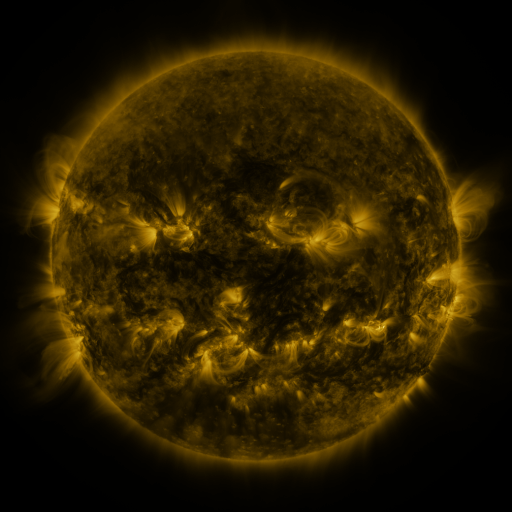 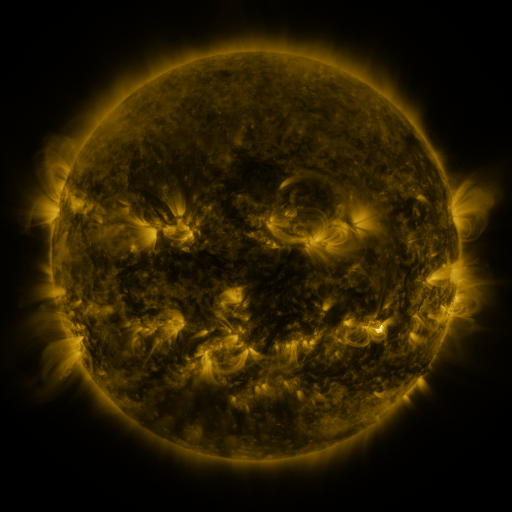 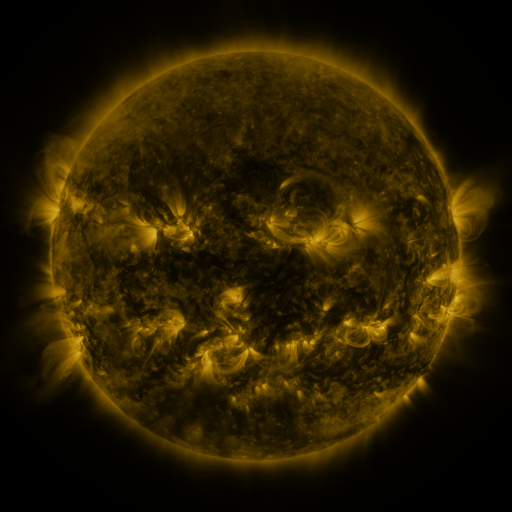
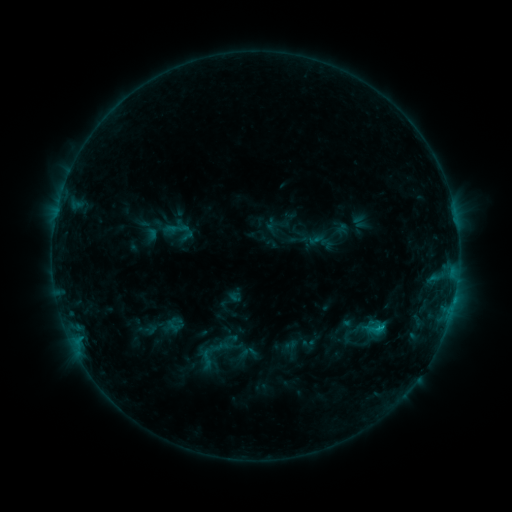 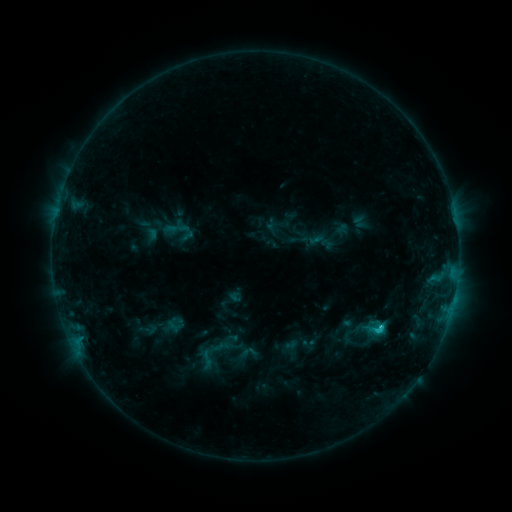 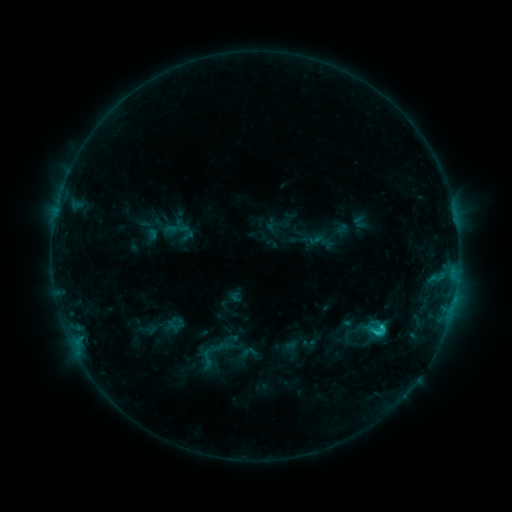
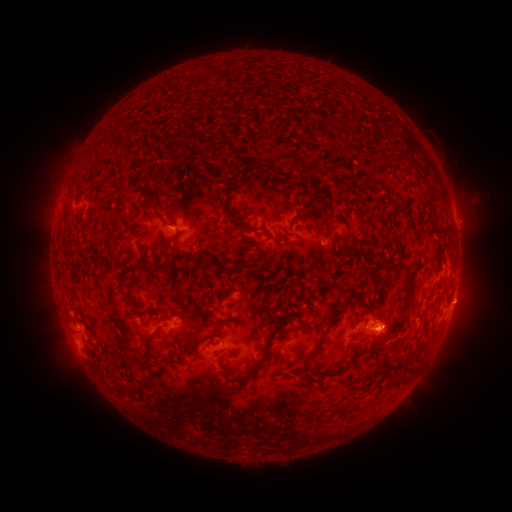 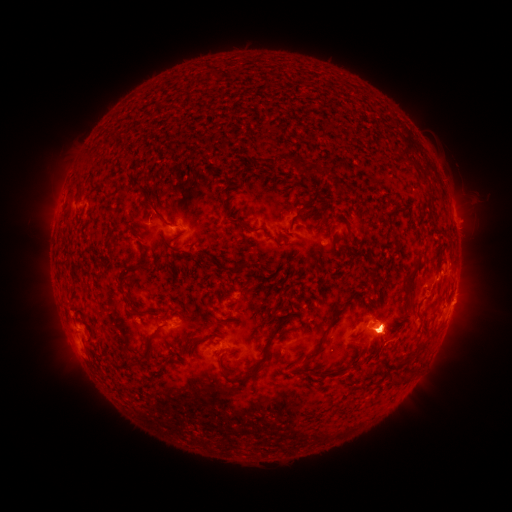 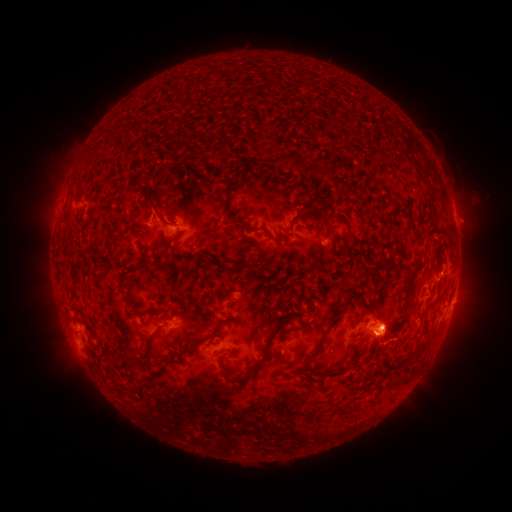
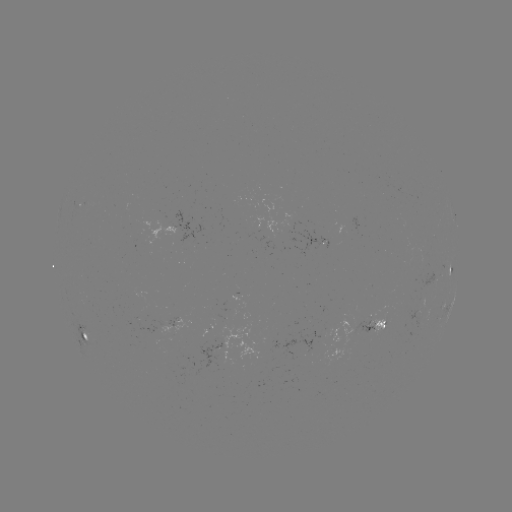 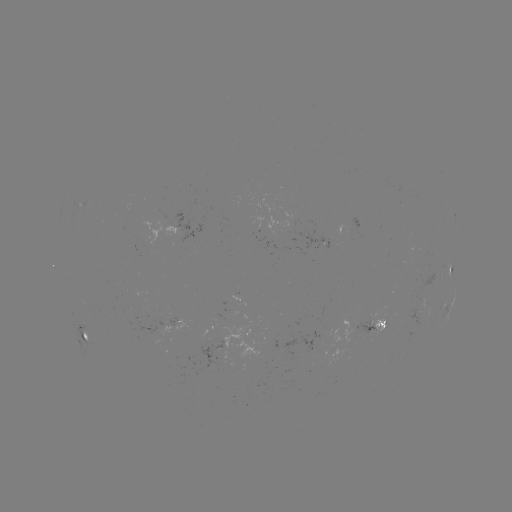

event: flare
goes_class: C2.1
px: (379, 325)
